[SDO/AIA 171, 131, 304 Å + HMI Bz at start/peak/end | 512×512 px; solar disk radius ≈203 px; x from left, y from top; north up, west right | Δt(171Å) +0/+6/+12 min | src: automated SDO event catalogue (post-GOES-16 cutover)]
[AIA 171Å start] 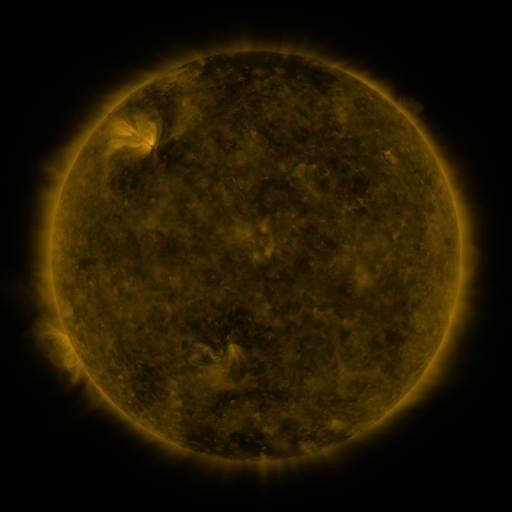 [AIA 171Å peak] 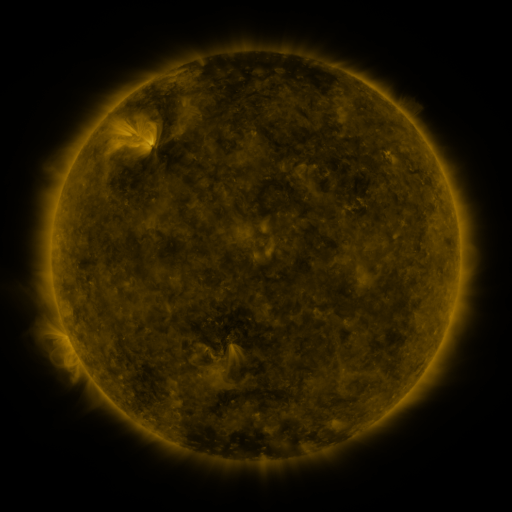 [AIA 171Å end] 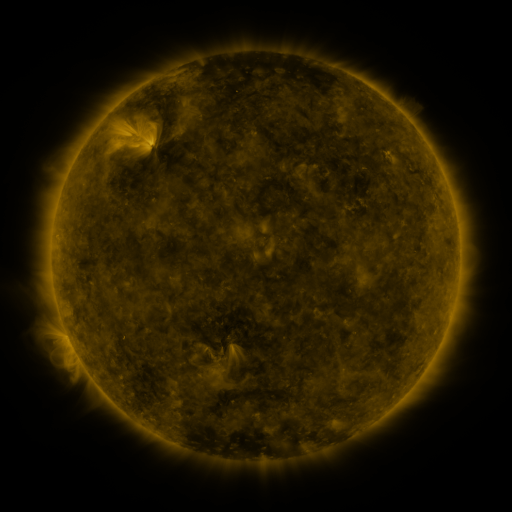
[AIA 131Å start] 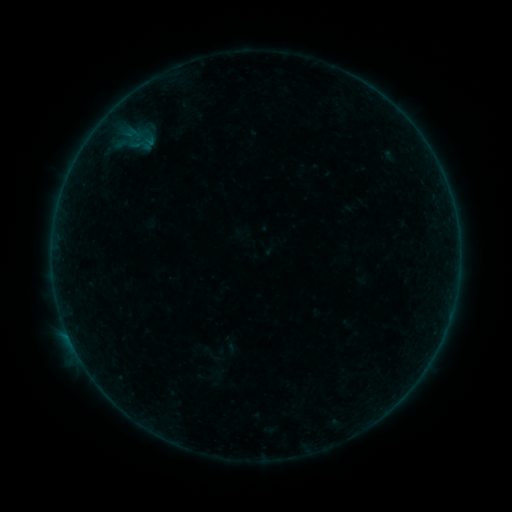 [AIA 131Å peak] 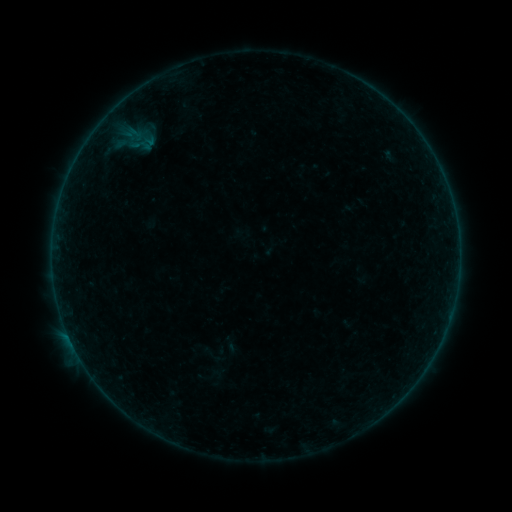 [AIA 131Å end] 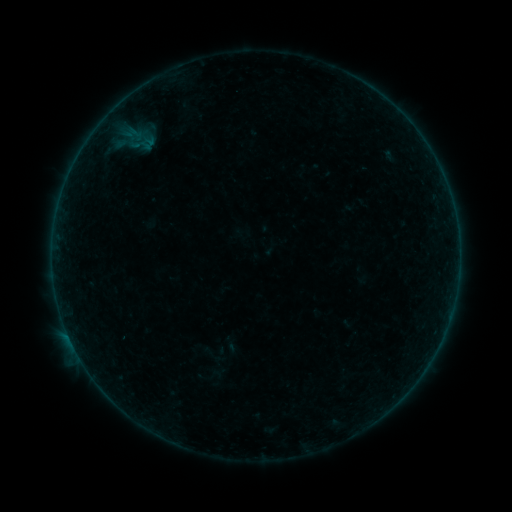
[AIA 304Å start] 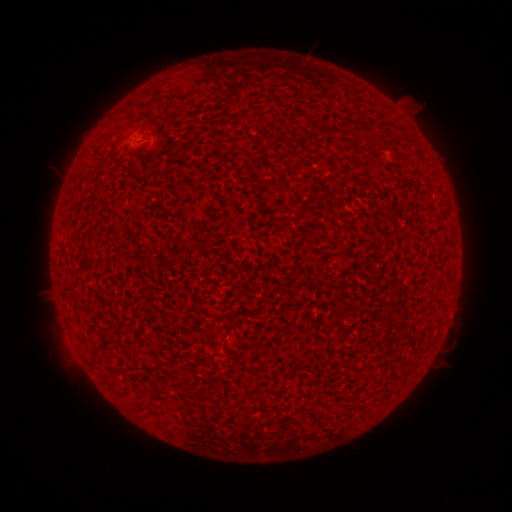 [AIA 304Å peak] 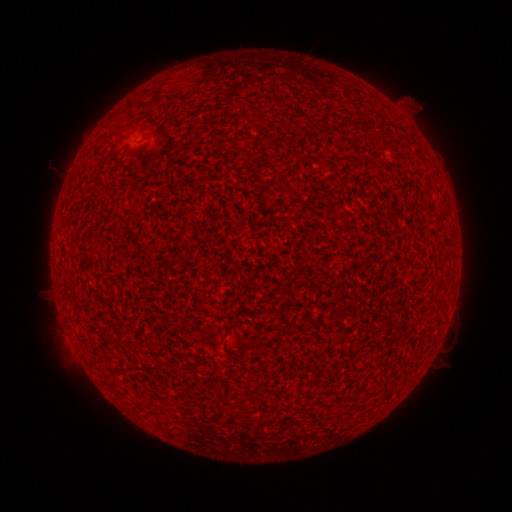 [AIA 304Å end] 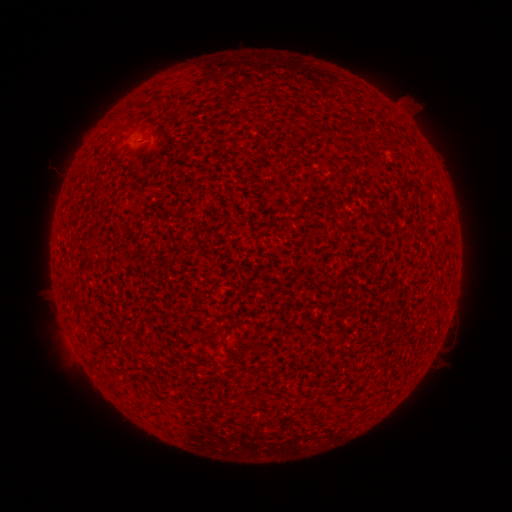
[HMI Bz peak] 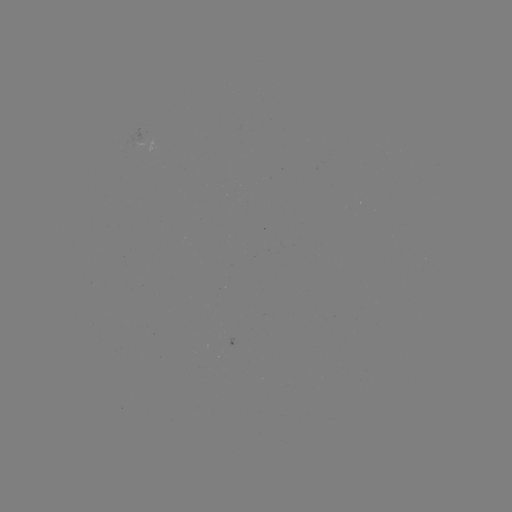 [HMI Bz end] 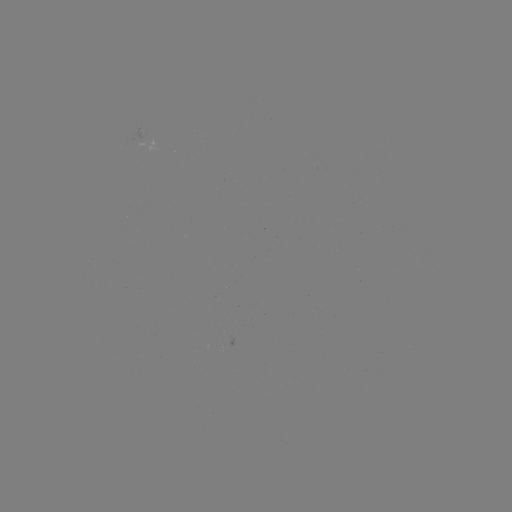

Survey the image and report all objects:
A9.3 flare: (71, 341)
